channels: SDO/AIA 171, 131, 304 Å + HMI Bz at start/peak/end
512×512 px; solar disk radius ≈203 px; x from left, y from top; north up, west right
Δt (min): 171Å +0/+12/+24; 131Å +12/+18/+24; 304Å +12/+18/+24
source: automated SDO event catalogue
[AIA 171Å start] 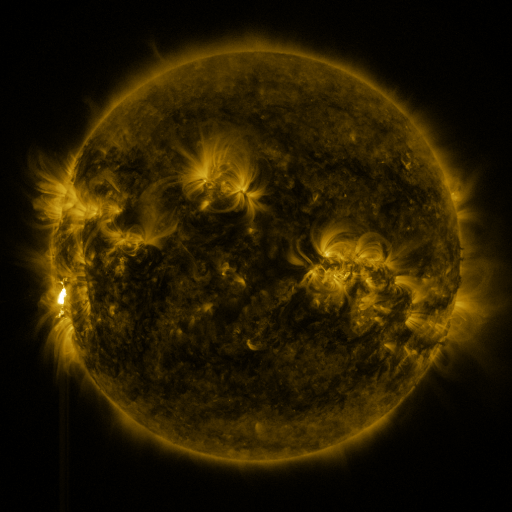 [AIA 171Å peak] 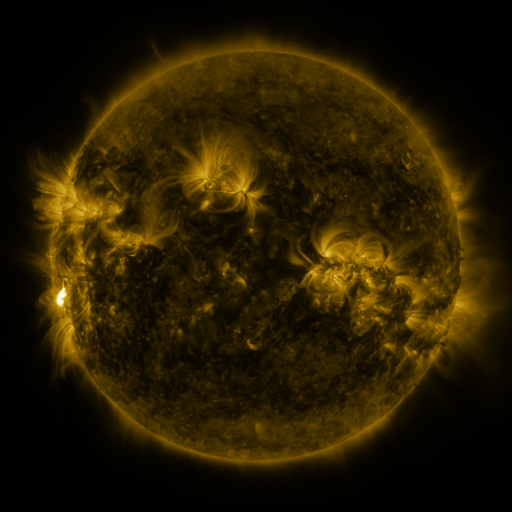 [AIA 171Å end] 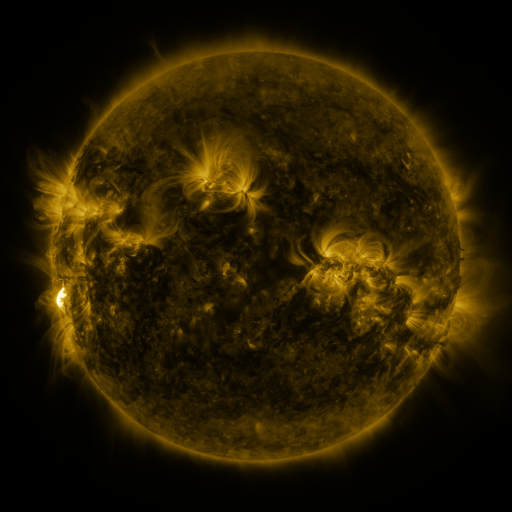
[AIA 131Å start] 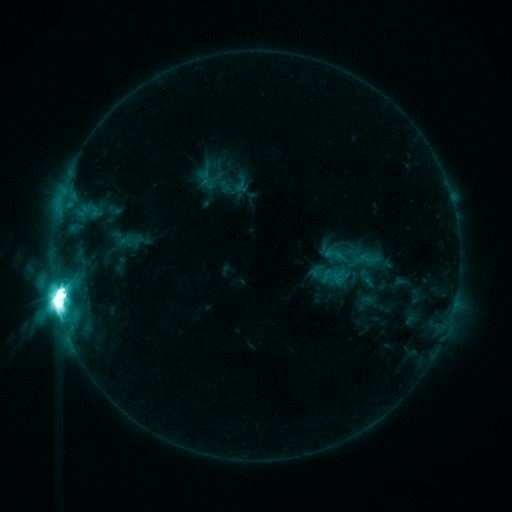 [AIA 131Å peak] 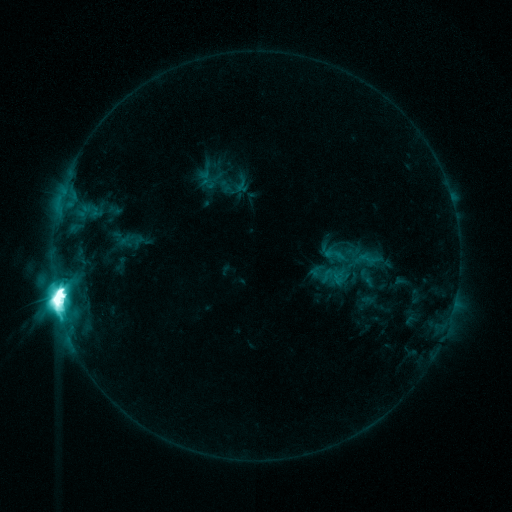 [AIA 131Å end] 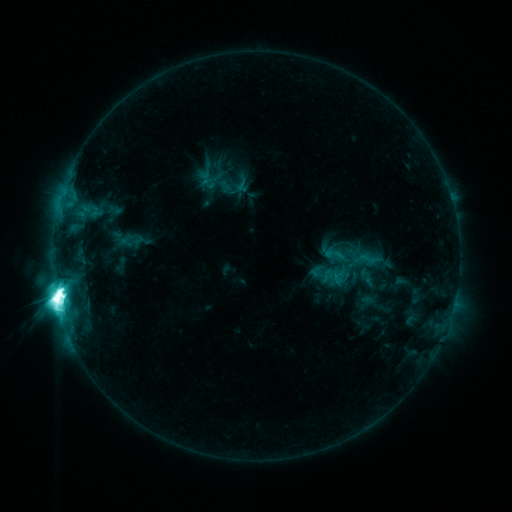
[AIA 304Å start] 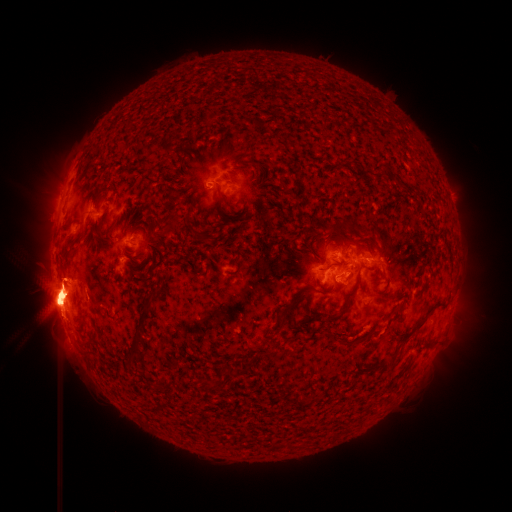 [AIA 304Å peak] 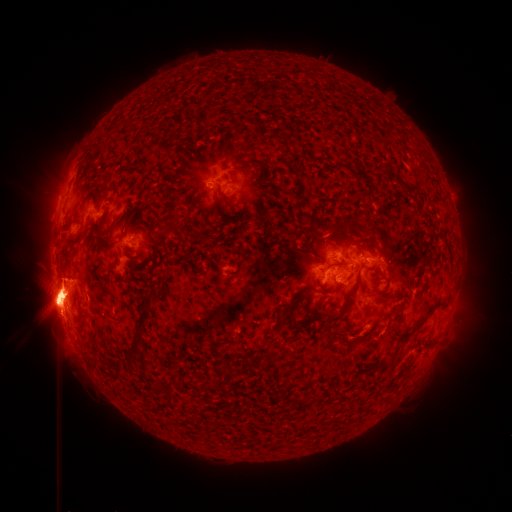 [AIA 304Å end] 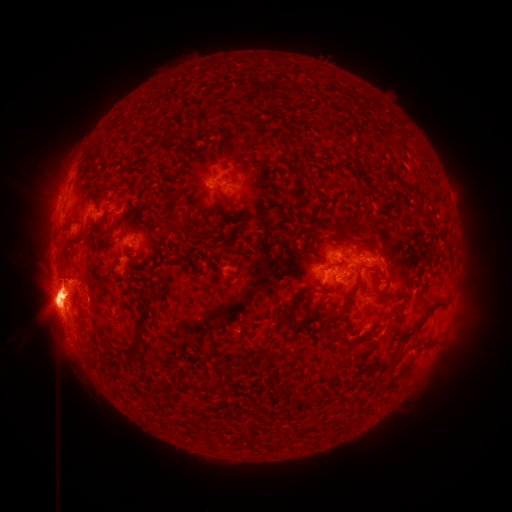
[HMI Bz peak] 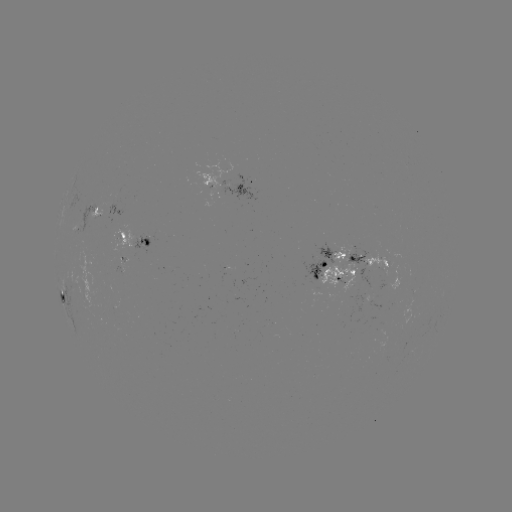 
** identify eruption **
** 458,333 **